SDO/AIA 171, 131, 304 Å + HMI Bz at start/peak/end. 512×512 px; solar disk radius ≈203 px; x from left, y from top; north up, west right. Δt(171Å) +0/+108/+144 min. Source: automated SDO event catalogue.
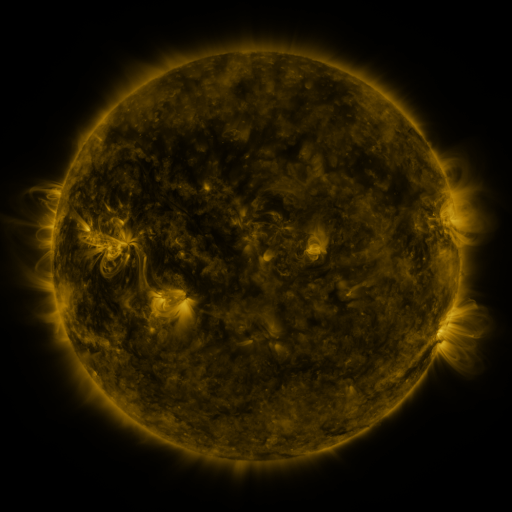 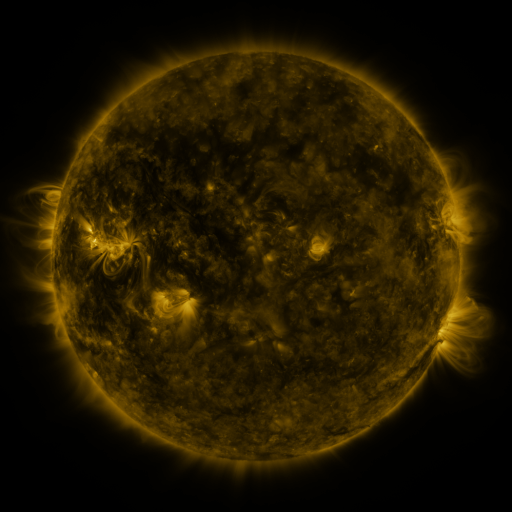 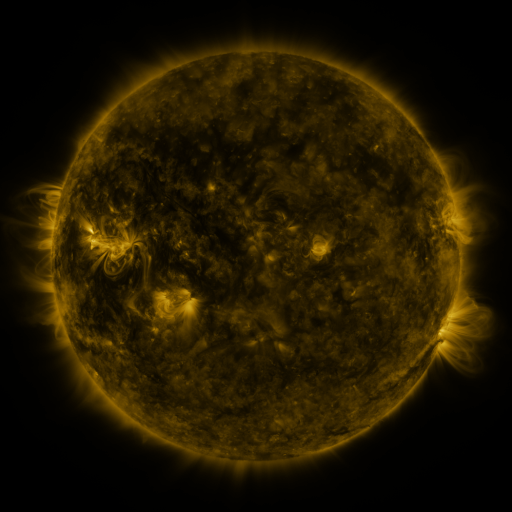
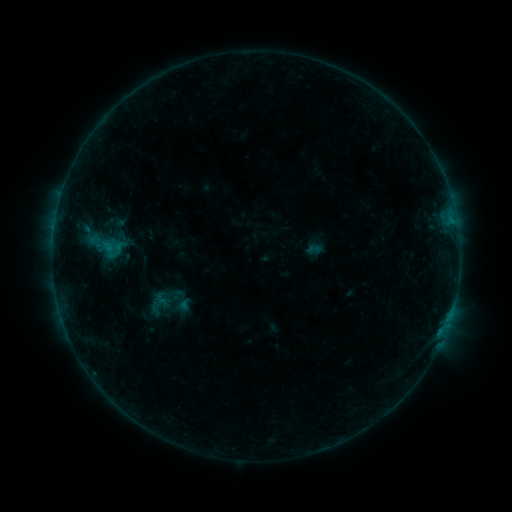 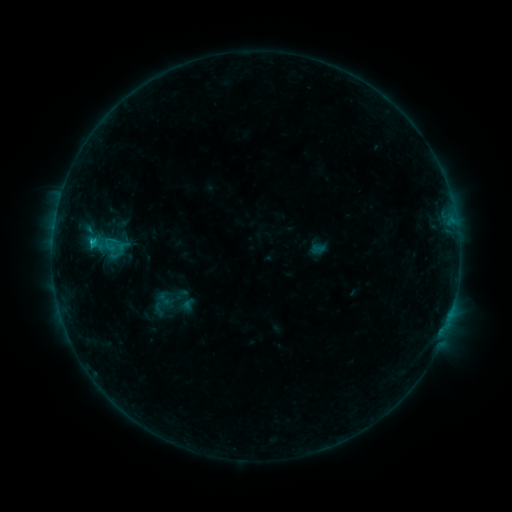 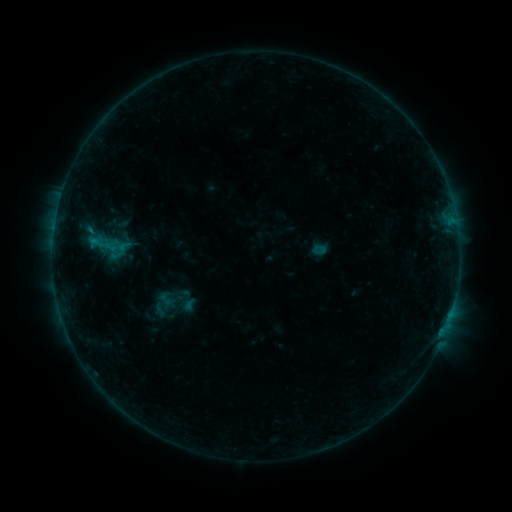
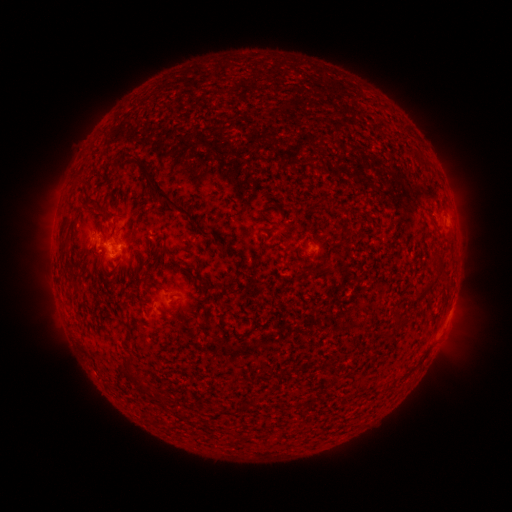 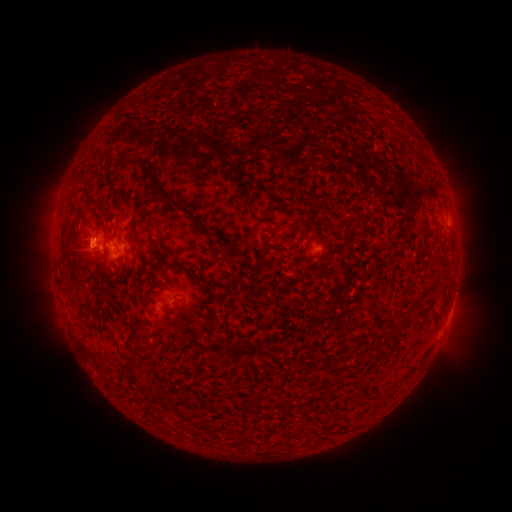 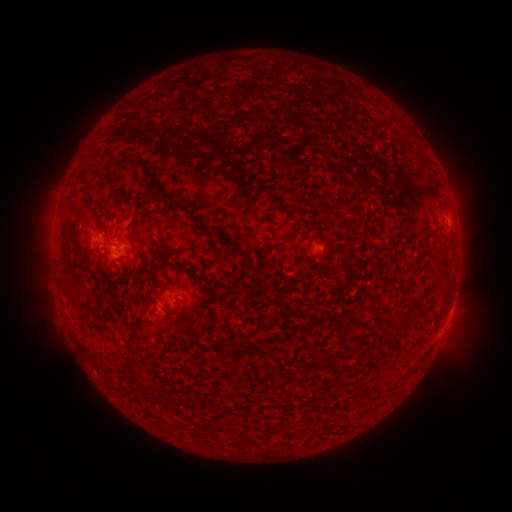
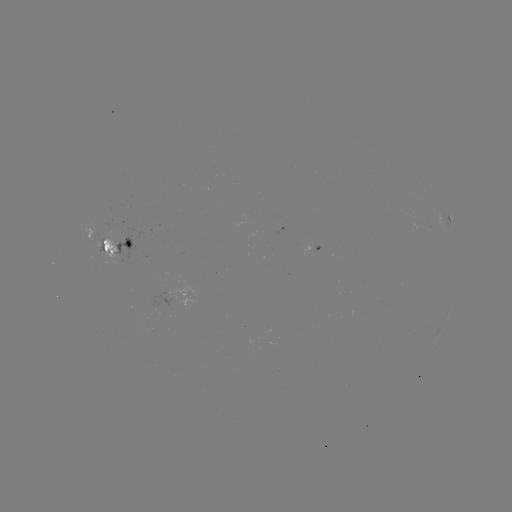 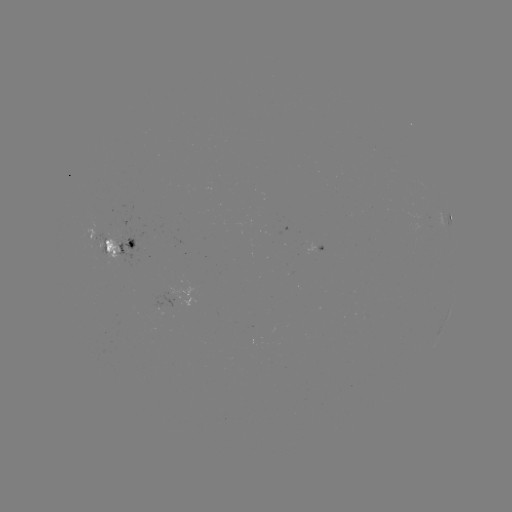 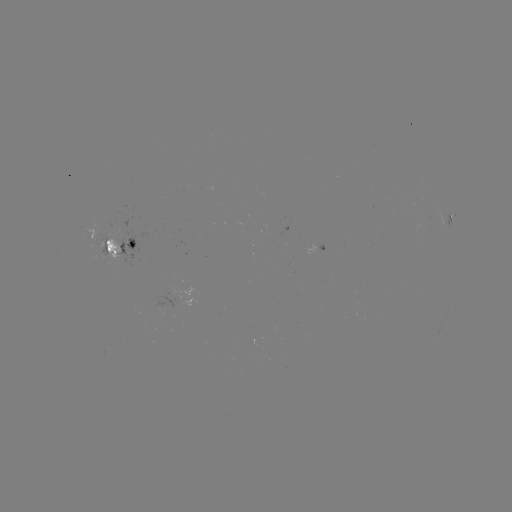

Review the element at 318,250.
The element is emerging-flux region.